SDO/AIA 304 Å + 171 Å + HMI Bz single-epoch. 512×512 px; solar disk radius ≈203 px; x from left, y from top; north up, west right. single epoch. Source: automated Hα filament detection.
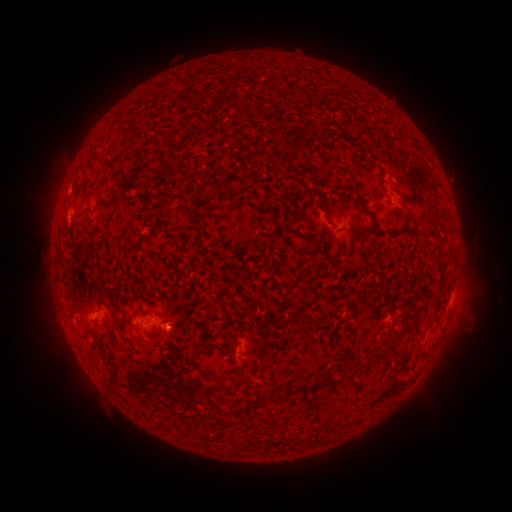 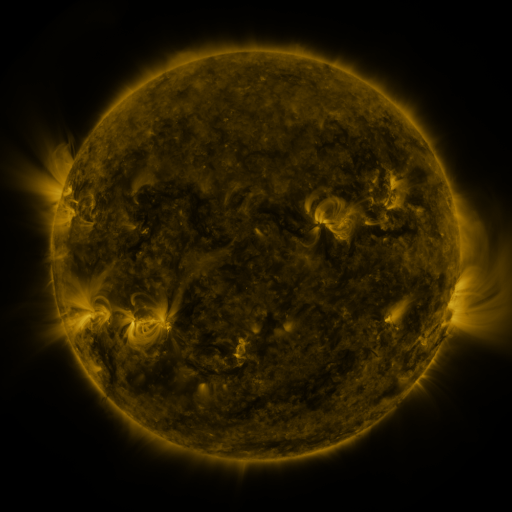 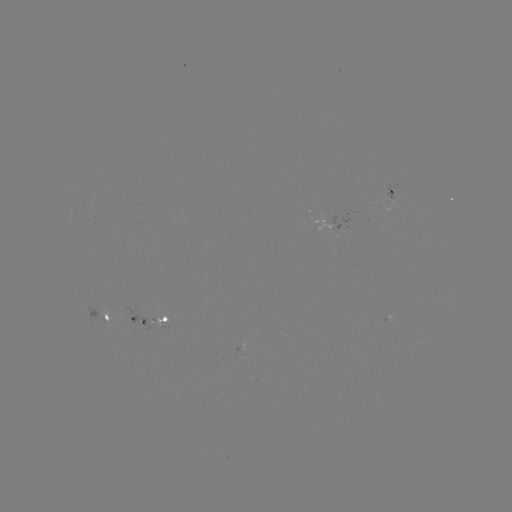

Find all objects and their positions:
filament: [368, 159, 378, 168]
filament: [423, 201, 432, 214]
filament: [146, 214, 157, 225]
filament: [331, 244, 353, 259]
filament: [390, 332, 402, 342]
filament: [369, 346, 387, 361]
filament: [190, 352, 202, 360]
filament: [358, 359, 368, 367]
filament: [201, 367, 213, 376]
filament: [321, 372, 342, 388]
filament: [158, 417, 171, 428]
